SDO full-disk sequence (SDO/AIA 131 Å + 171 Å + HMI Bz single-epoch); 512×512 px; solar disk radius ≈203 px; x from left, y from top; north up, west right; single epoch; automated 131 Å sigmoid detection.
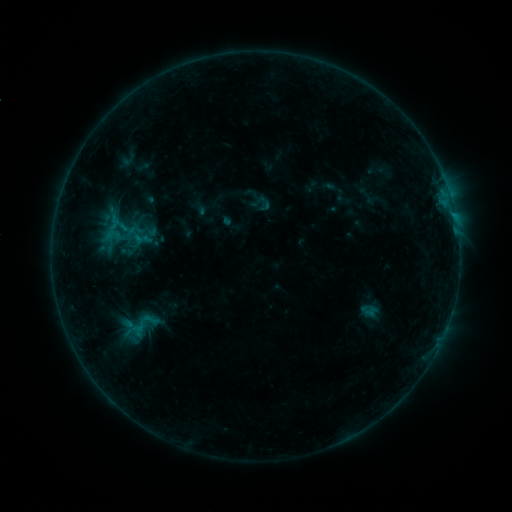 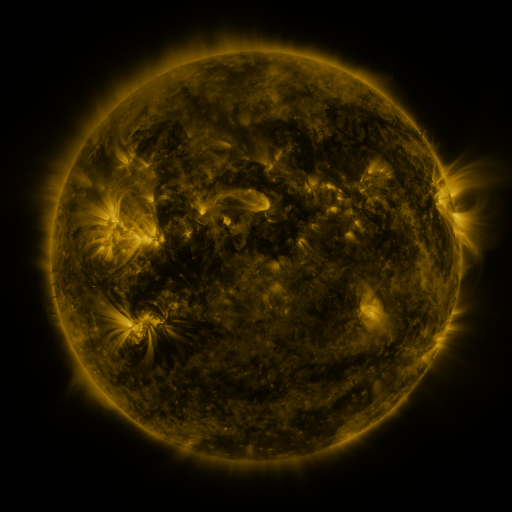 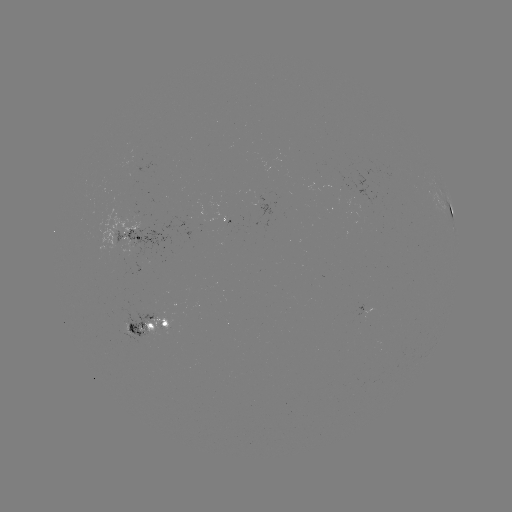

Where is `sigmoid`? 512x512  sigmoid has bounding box [117, 217, 140, 240].